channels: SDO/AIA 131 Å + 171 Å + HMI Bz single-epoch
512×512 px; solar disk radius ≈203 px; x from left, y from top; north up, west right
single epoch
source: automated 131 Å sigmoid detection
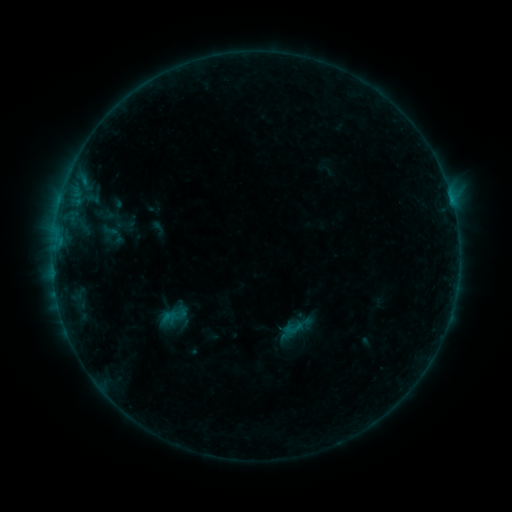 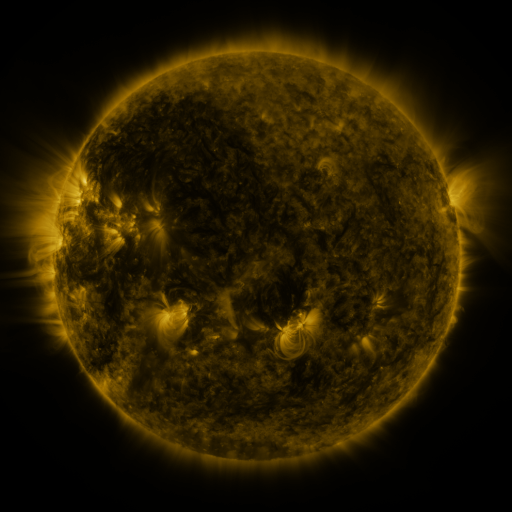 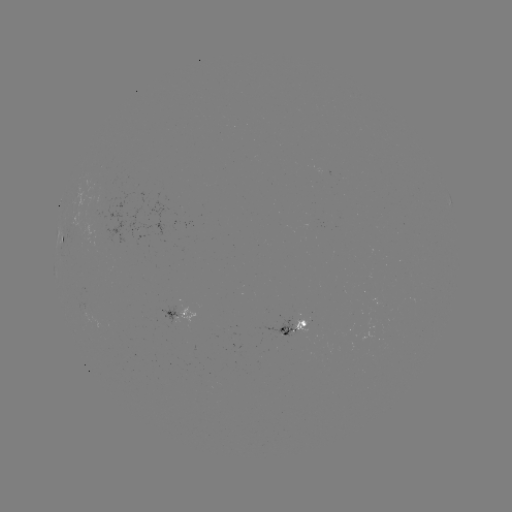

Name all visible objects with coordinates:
sigmoid: [282, 317, 304, 339]
